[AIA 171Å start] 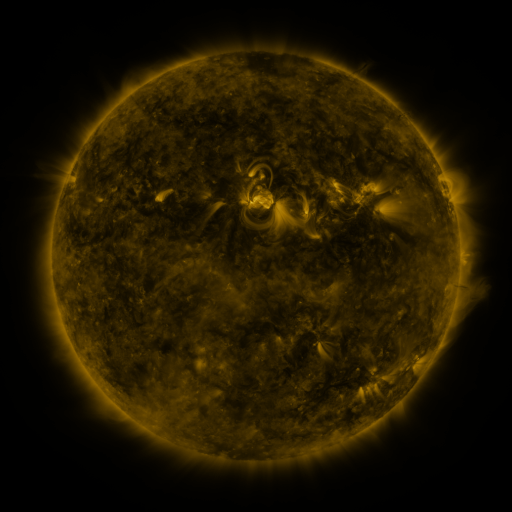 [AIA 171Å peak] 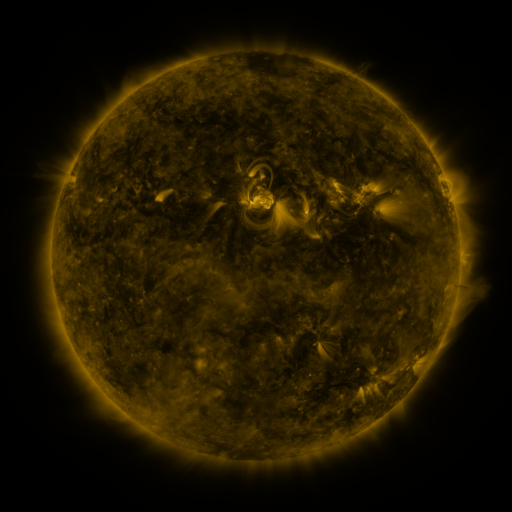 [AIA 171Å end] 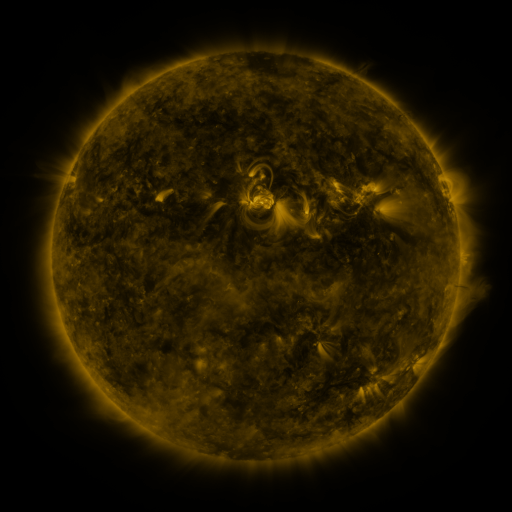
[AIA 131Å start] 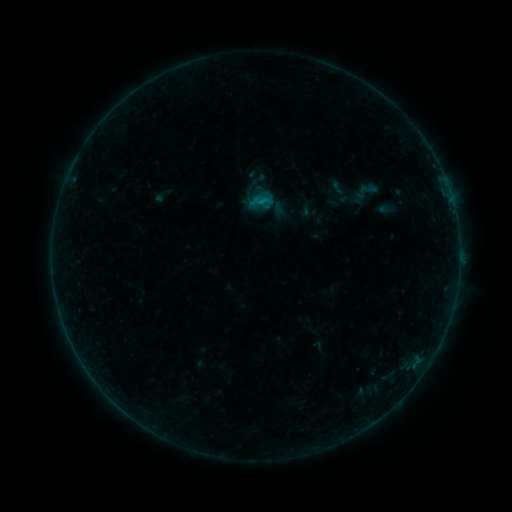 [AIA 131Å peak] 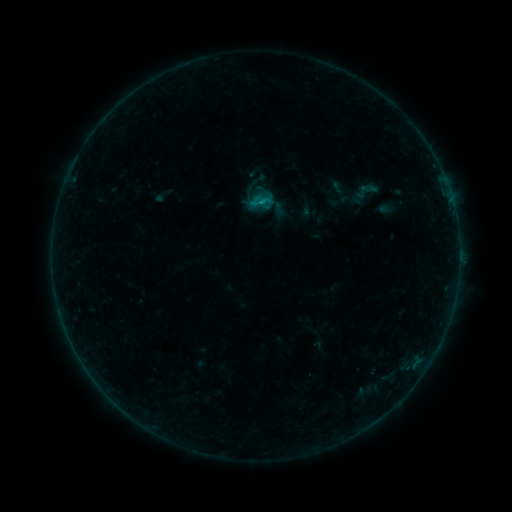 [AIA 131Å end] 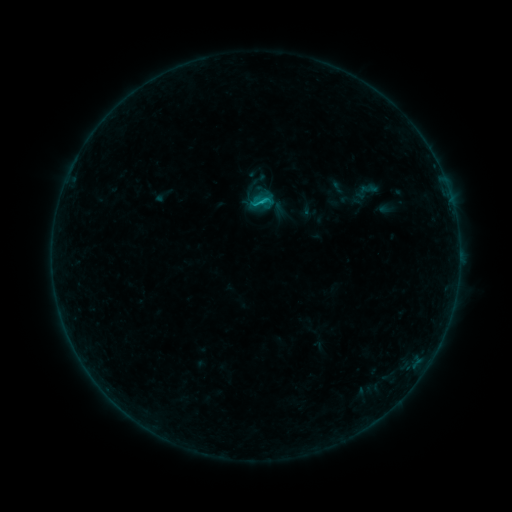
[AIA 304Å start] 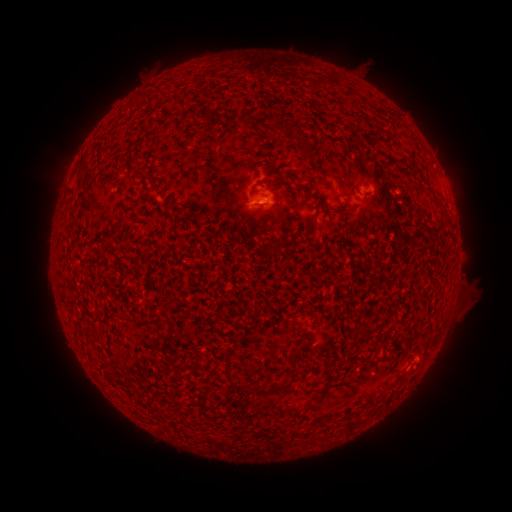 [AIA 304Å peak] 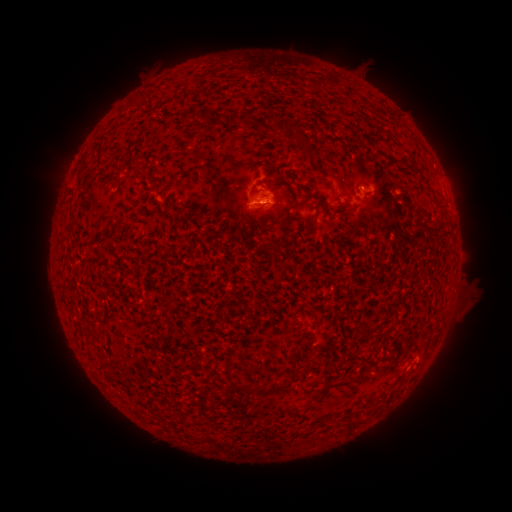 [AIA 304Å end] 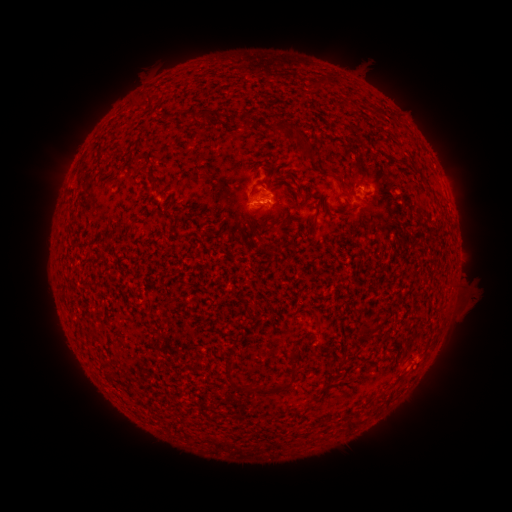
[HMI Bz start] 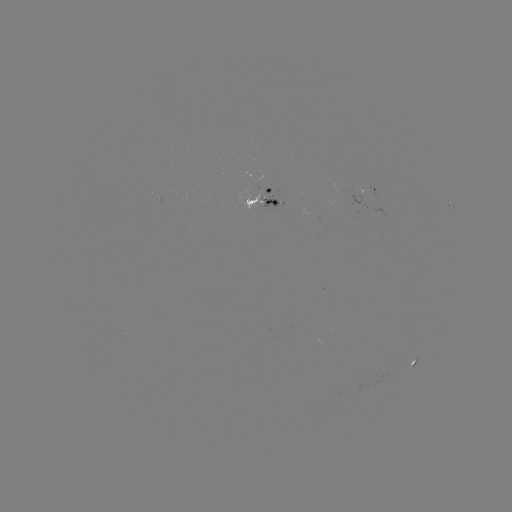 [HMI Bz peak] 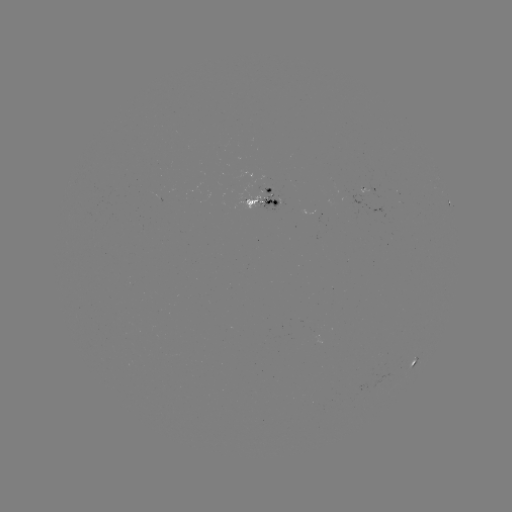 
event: flare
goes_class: B8.4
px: (259, 206)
